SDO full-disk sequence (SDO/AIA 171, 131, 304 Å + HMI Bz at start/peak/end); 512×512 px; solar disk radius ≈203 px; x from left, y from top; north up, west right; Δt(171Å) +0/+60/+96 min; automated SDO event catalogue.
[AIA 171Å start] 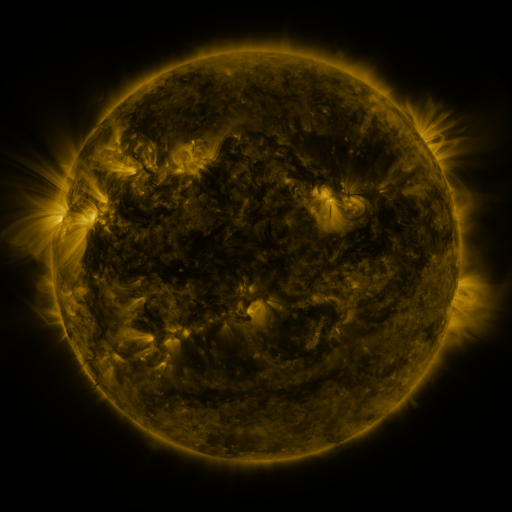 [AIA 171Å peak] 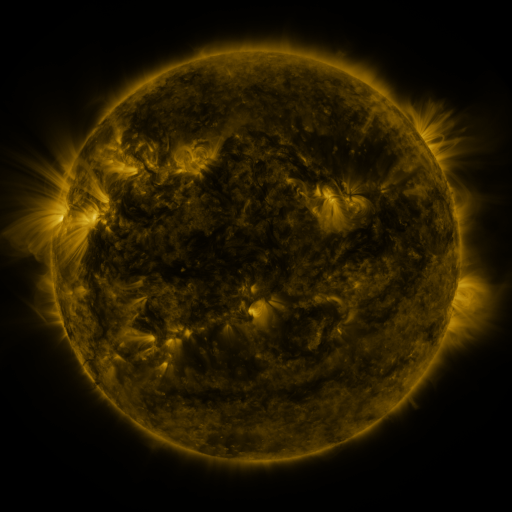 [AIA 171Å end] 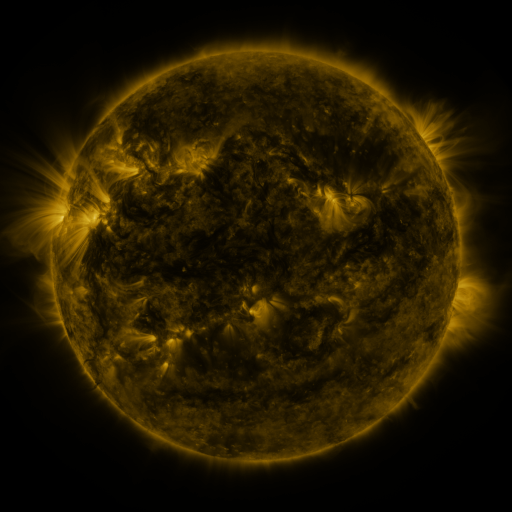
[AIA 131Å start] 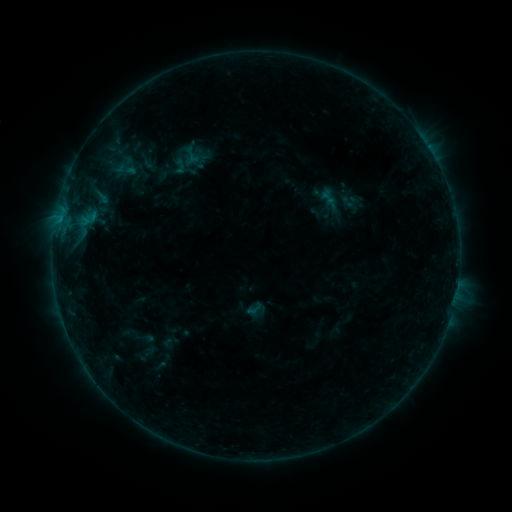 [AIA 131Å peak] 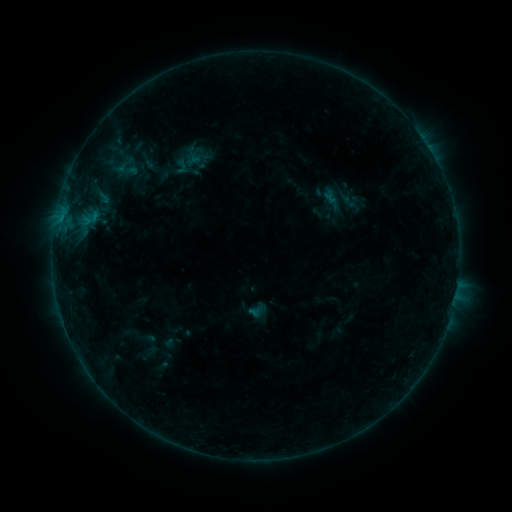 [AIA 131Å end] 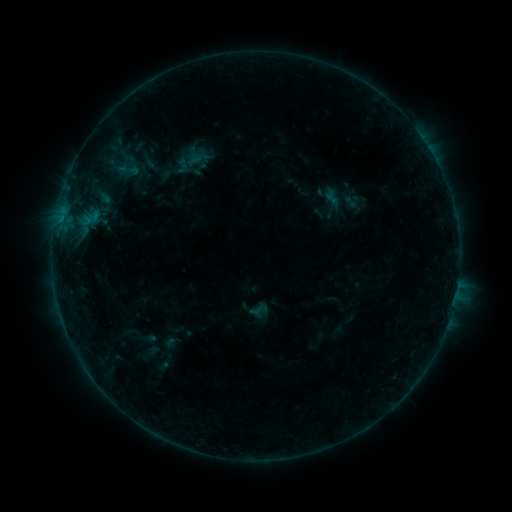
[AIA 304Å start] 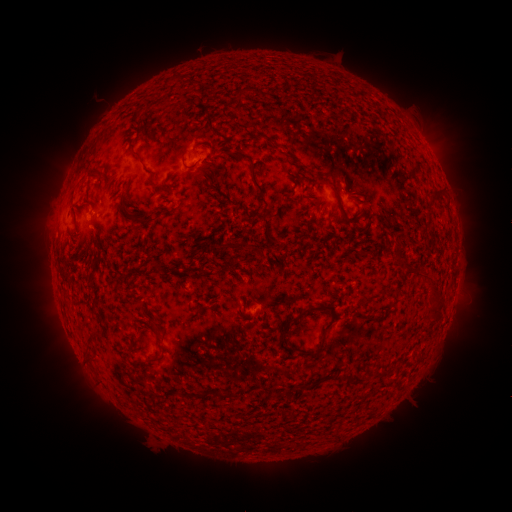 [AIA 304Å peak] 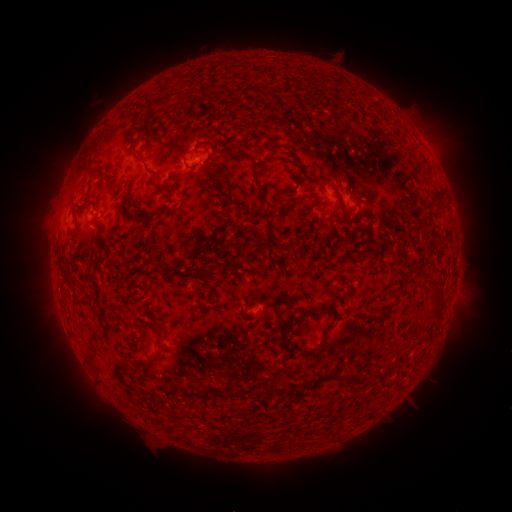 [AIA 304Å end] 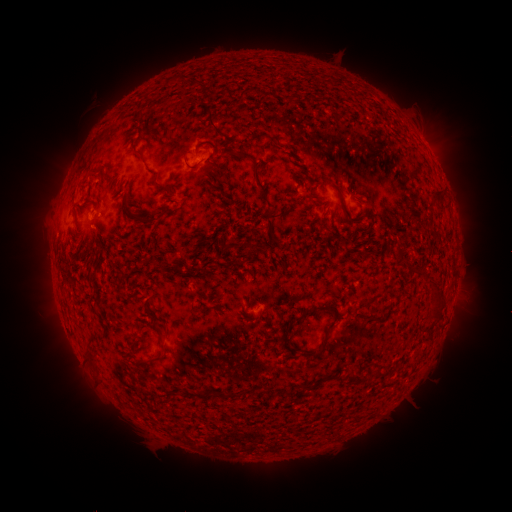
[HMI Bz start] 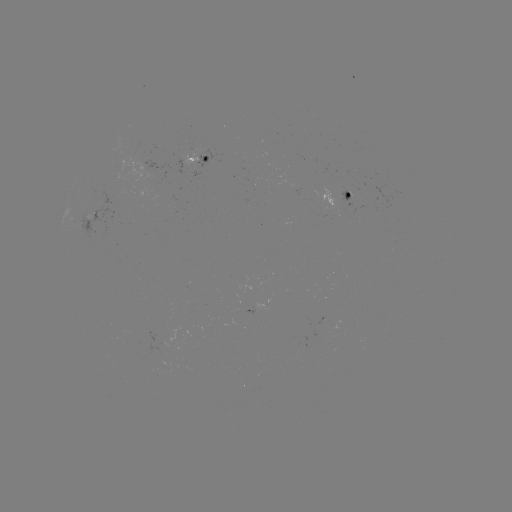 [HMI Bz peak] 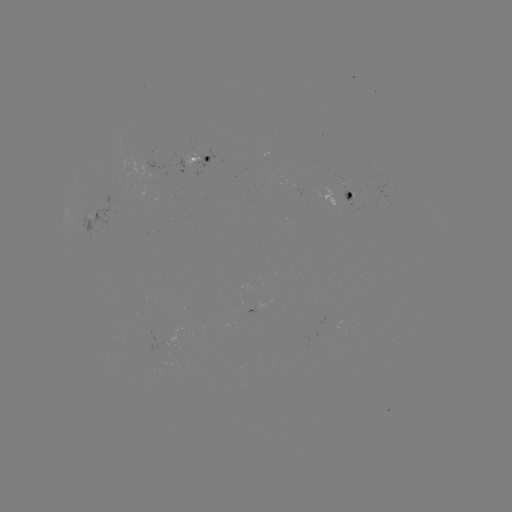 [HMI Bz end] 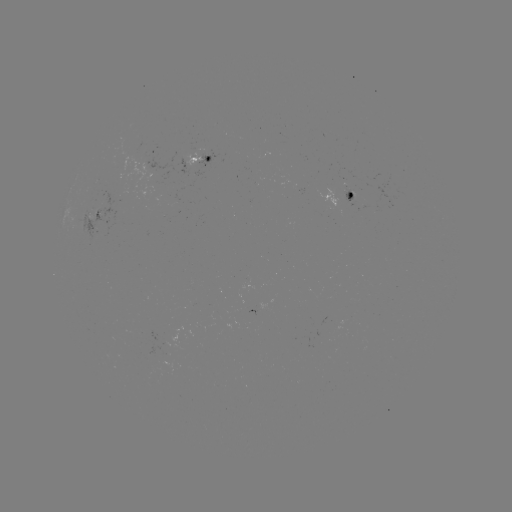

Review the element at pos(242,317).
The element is emerging-flux region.